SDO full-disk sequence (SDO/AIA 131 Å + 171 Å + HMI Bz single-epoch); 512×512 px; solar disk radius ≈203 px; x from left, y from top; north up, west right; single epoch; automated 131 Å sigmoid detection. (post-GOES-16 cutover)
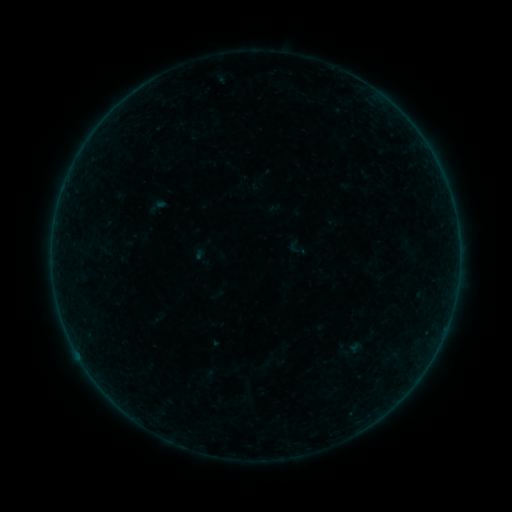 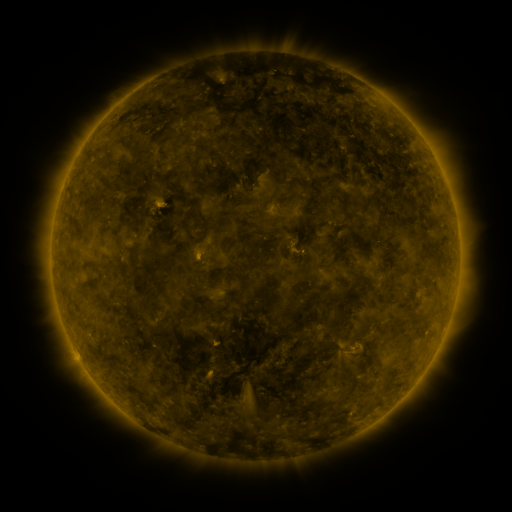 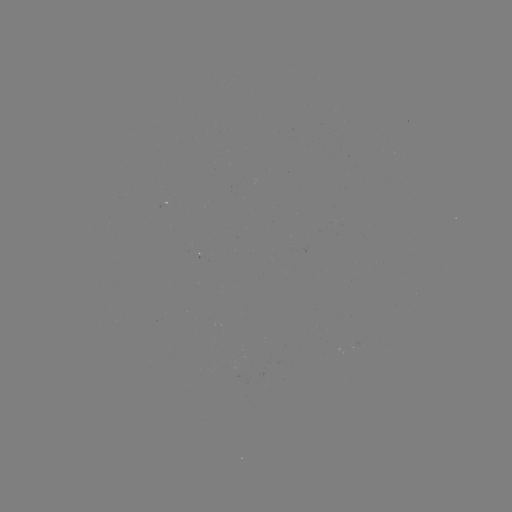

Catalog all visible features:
sigmoid: <bbox>286, 237, 308, 258</bbox>
